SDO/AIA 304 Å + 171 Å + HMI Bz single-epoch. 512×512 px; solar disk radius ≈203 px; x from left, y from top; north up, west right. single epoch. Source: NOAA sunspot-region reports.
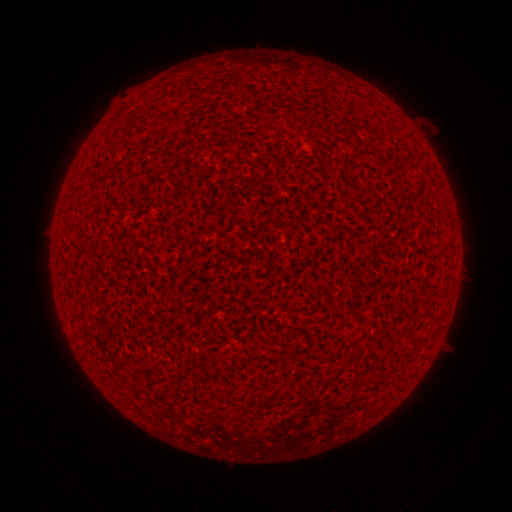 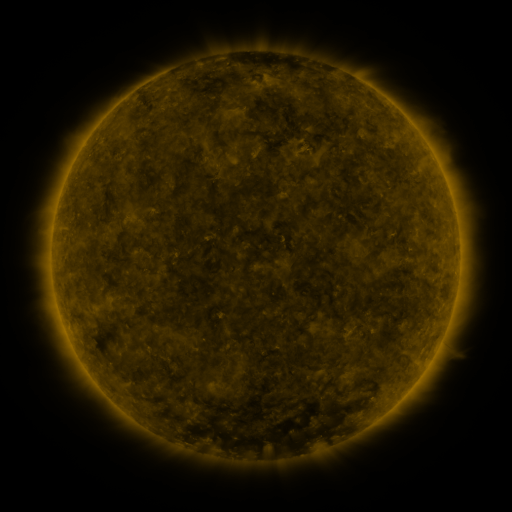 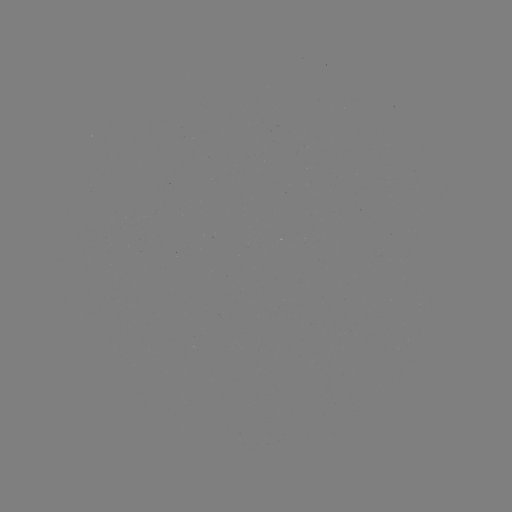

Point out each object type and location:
(none)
